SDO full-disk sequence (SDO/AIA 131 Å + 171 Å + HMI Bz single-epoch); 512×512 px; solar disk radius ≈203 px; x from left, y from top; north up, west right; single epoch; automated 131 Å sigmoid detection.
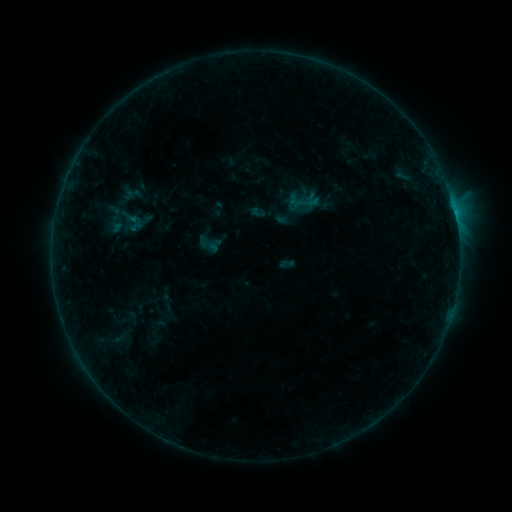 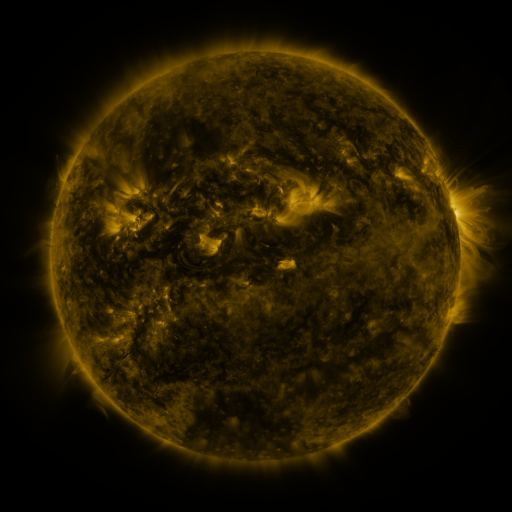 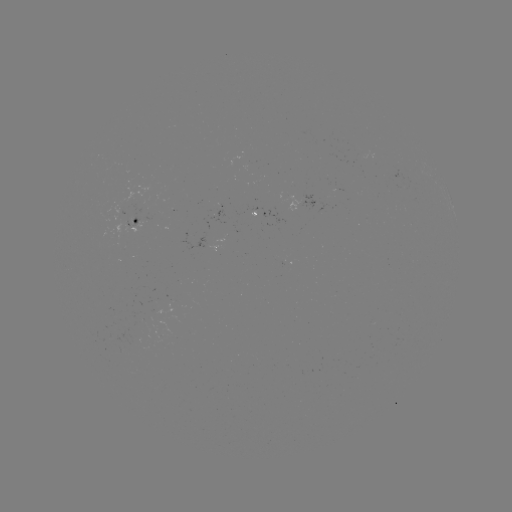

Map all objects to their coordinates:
sigmoid: [120, 207, 138, 225]
sigmoid: [154, 293, 178, 311]
